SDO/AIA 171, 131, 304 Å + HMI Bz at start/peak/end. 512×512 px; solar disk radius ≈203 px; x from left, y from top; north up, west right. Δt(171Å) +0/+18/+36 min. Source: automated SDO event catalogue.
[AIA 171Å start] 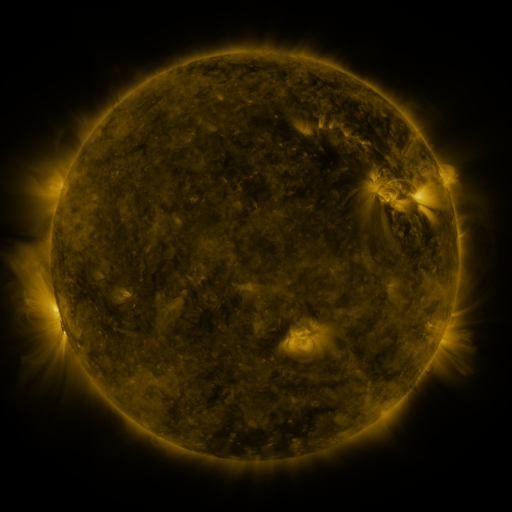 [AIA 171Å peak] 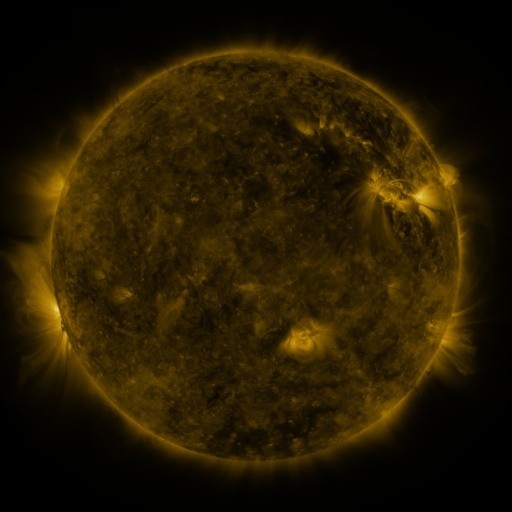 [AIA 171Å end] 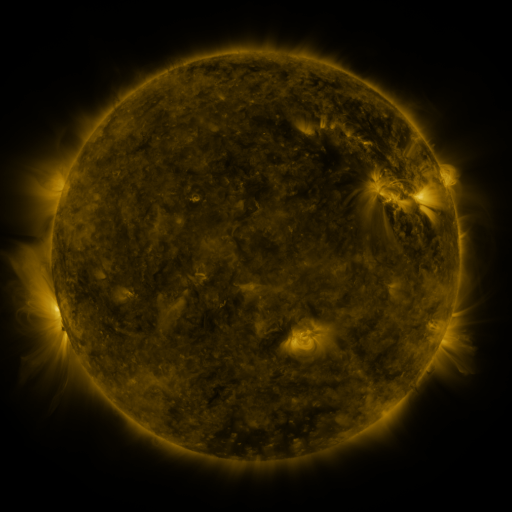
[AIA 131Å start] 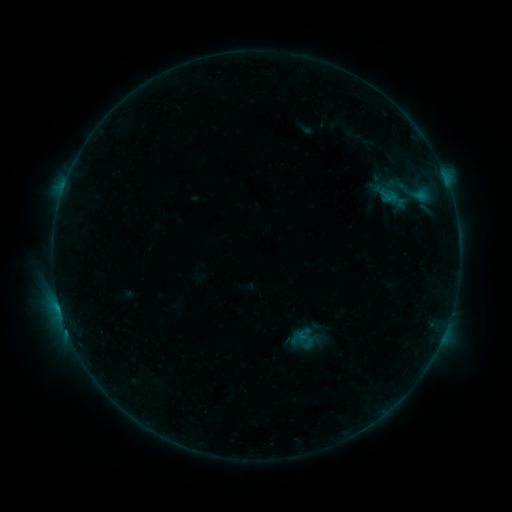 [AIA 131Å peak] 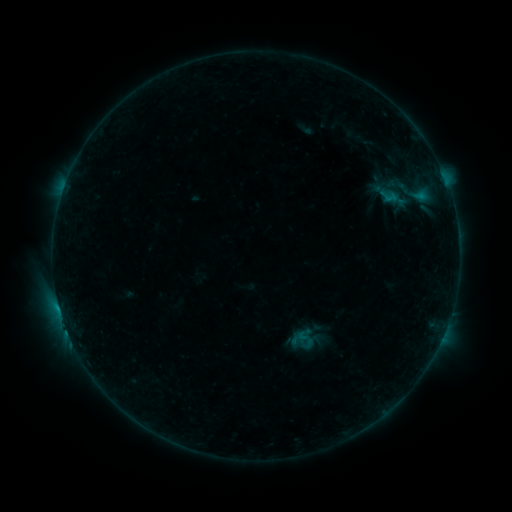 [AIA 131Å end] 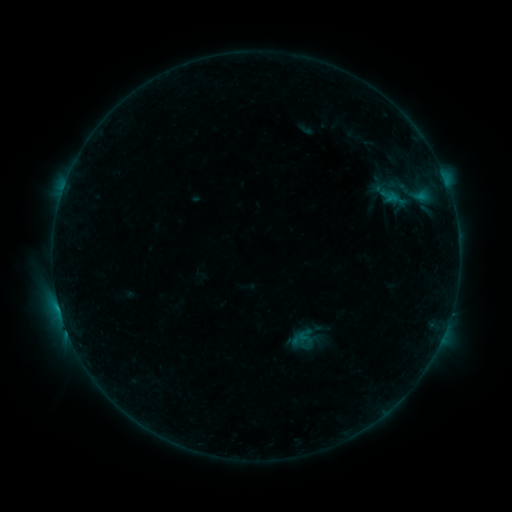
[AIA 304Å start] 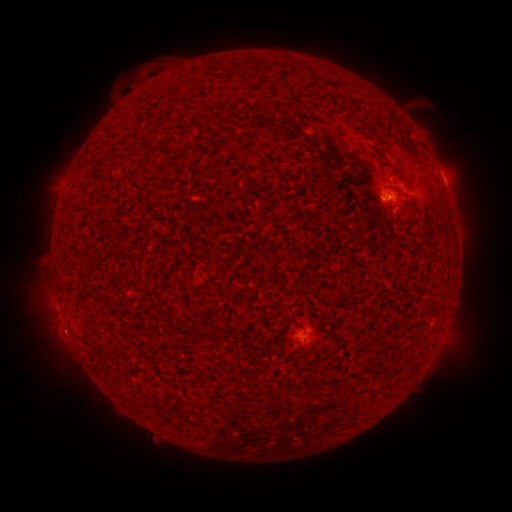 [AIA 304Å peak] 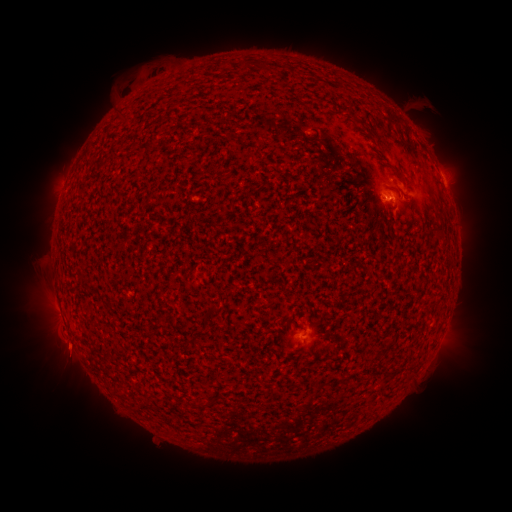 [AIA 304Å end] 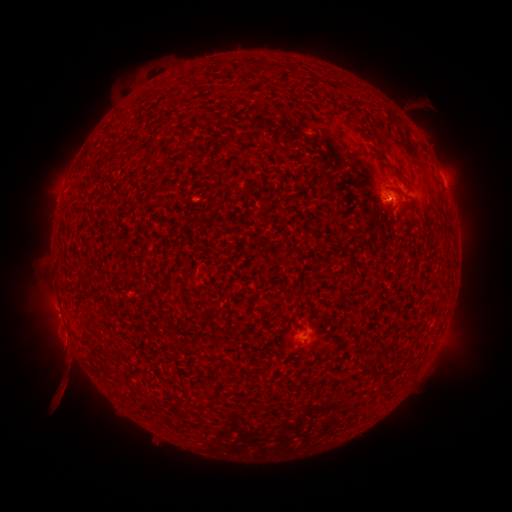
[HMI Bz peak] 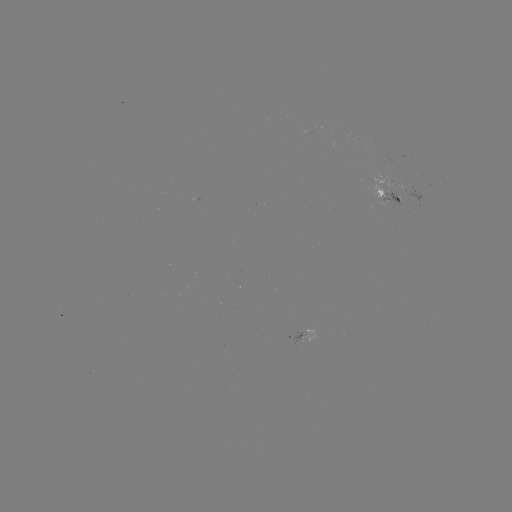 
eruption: [25, 229, 367, 448]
